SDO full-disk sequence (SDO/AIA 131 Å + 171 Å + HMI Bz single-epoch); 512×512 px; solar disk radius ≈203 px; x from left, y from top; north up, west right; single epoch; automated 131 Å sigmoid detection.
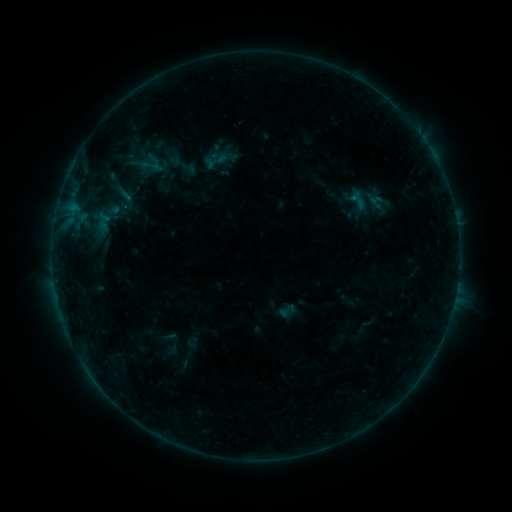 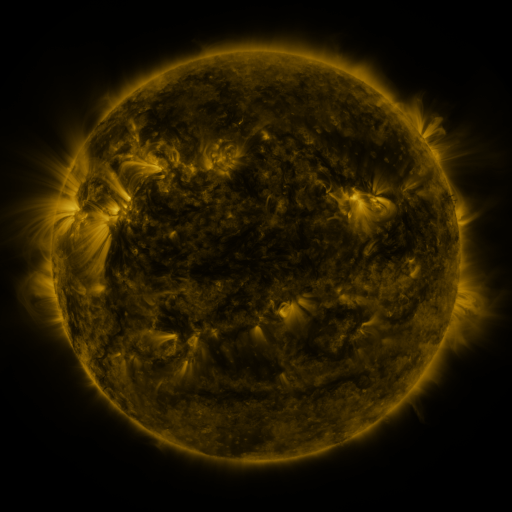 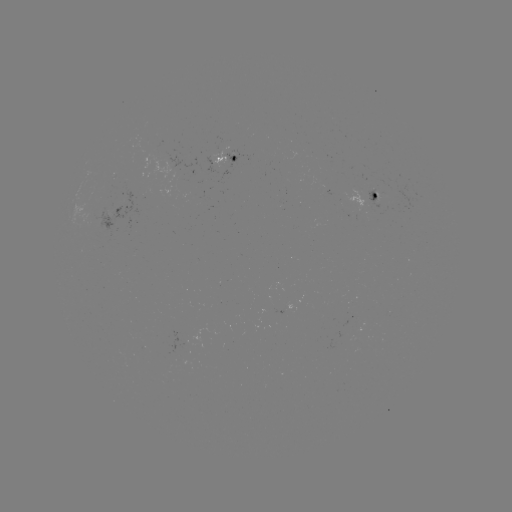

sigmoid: <bbox>139, 156, 159, 176</bbox>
